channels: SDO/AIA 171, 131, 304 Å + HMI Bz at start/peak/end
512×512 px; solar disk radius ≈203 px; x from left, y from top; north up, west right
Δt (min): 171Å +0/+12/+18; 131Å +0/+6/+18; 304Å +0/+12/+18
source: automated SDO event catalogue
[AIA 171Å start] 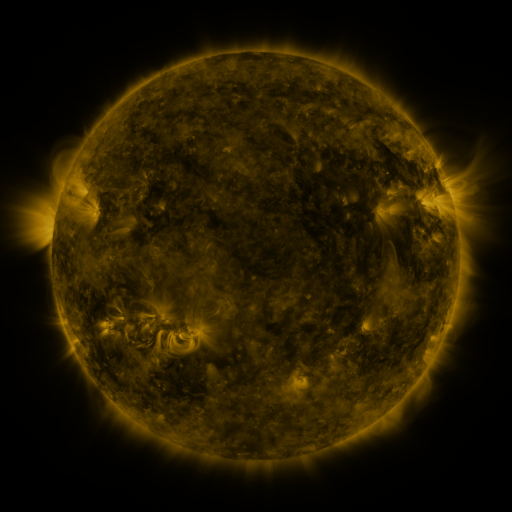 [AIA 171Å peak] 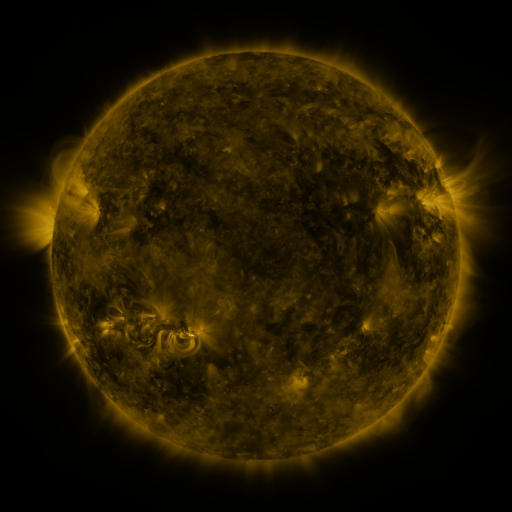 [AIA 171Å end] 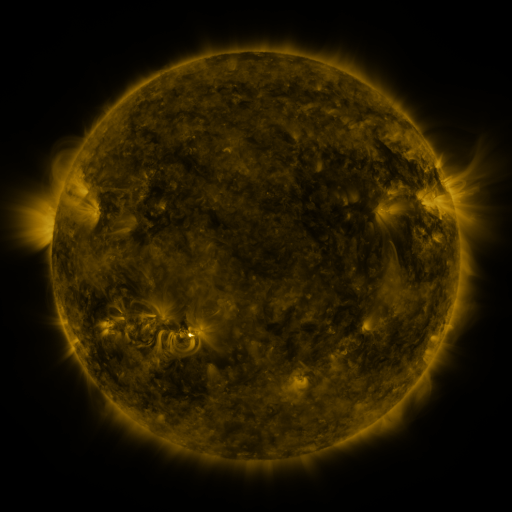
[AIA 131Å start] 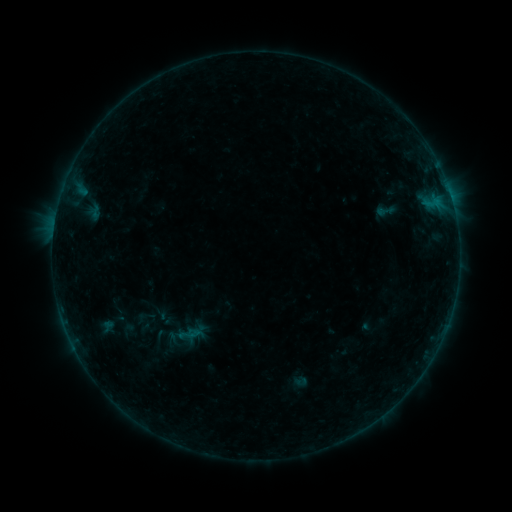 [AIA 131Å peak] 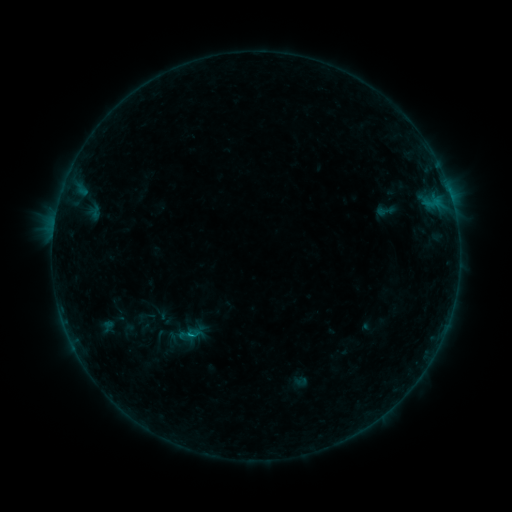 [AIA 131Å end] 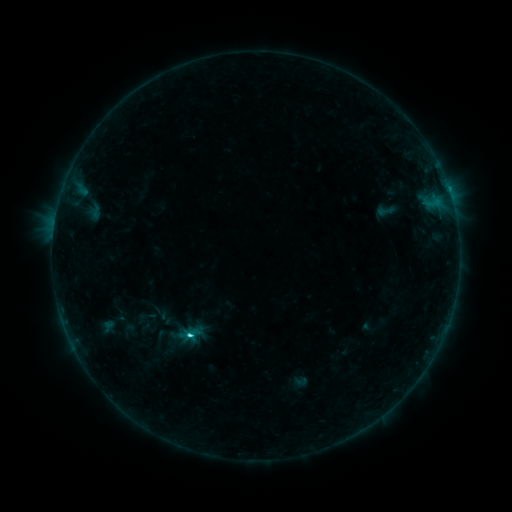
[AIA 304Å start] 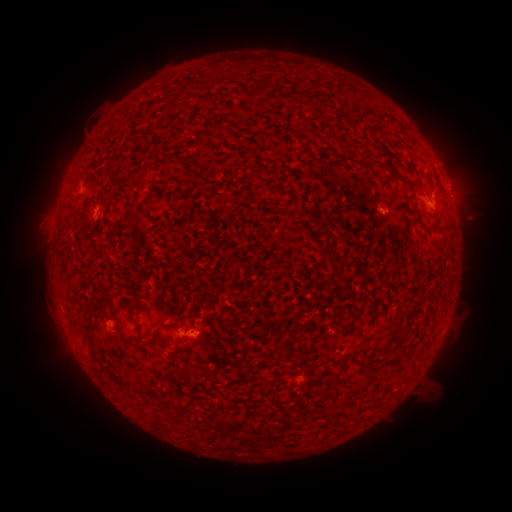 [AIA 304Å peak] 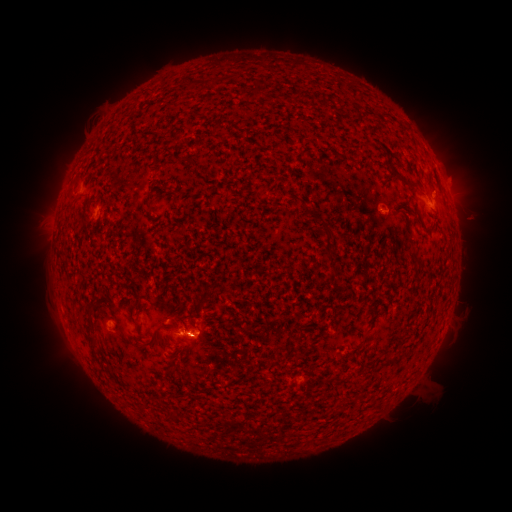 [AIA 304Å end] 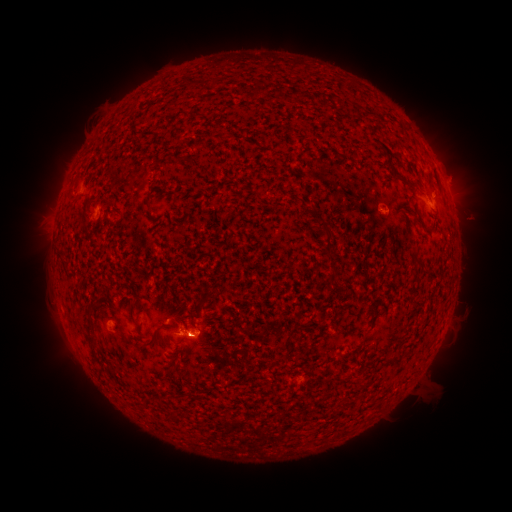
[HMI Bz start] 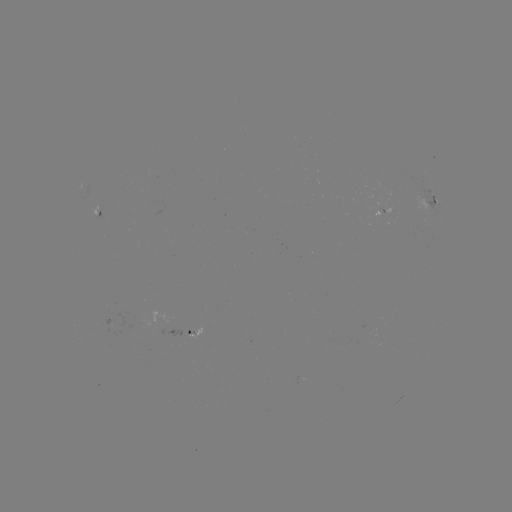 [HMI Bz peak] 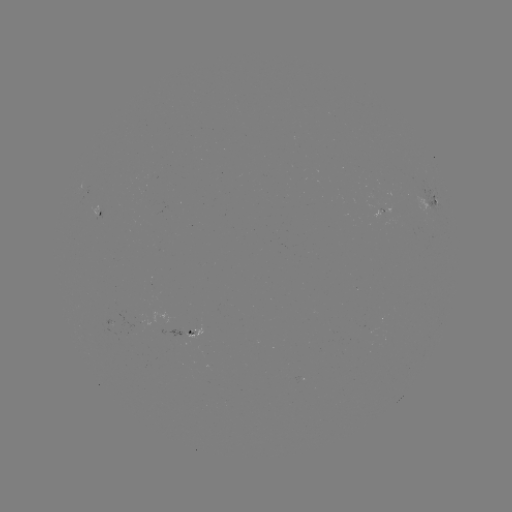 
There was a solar flare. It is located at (193, 333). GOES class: C3.0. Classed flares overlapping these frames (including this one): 1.